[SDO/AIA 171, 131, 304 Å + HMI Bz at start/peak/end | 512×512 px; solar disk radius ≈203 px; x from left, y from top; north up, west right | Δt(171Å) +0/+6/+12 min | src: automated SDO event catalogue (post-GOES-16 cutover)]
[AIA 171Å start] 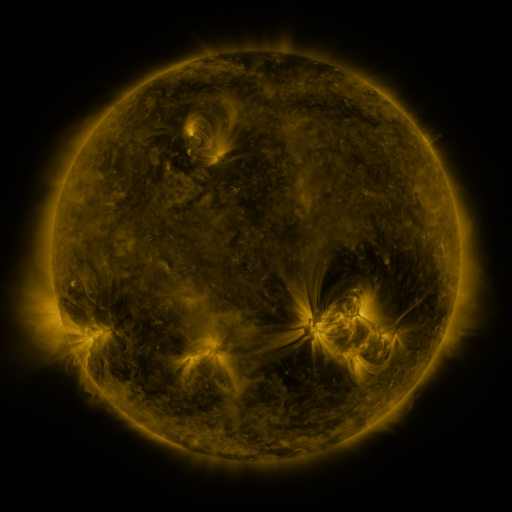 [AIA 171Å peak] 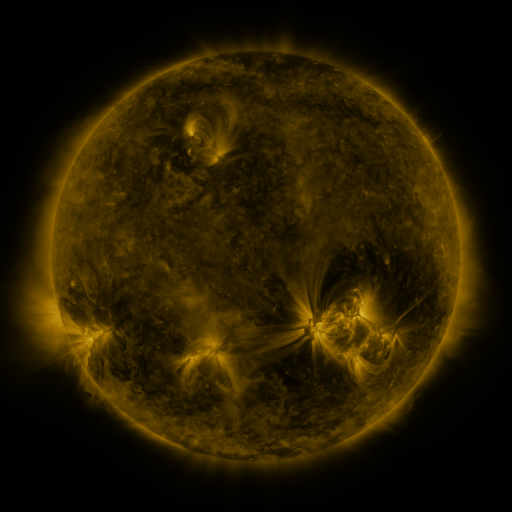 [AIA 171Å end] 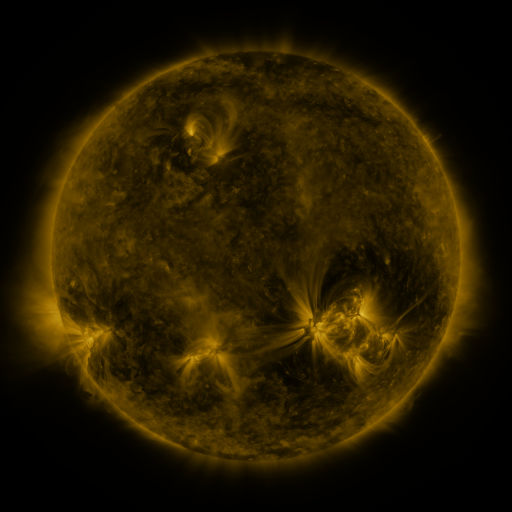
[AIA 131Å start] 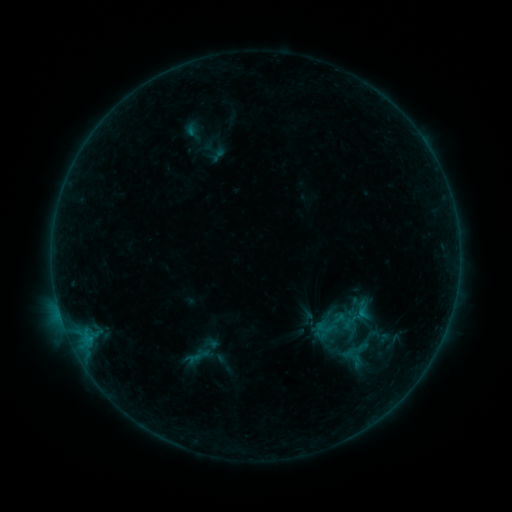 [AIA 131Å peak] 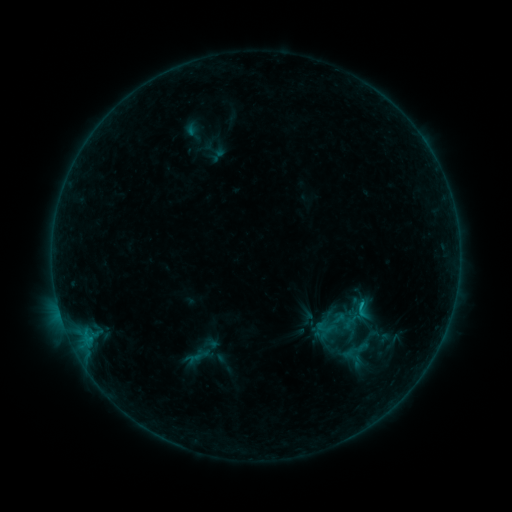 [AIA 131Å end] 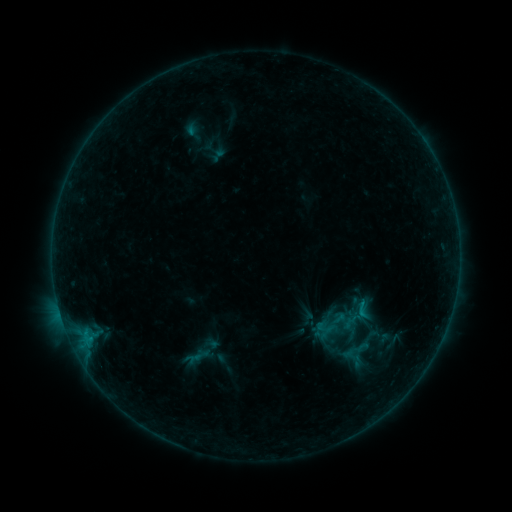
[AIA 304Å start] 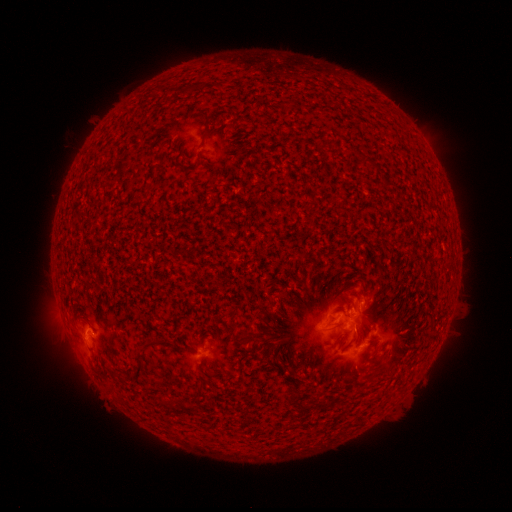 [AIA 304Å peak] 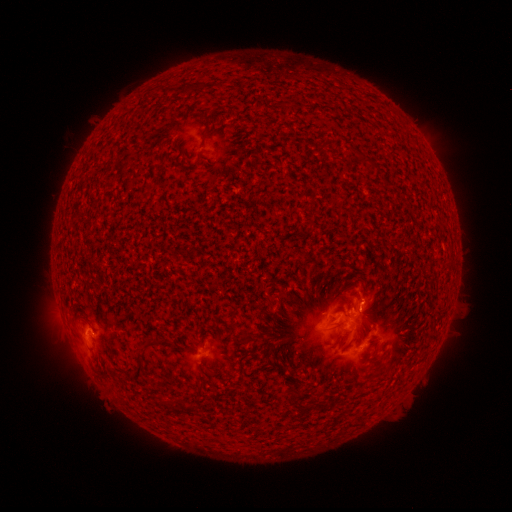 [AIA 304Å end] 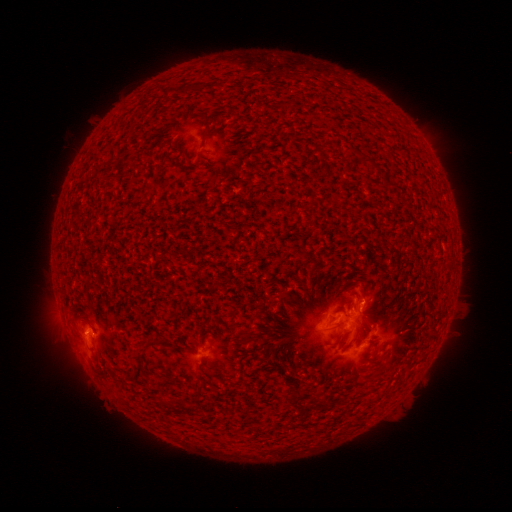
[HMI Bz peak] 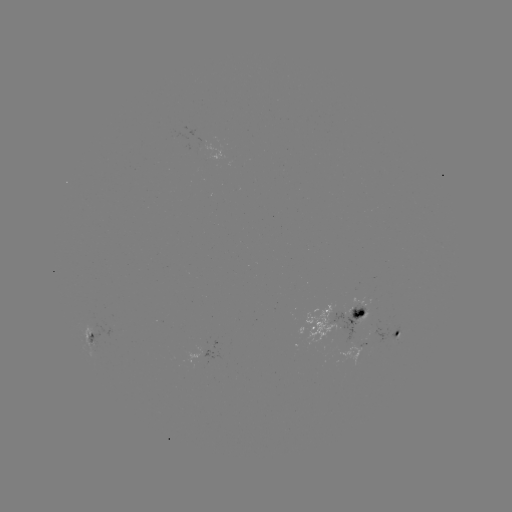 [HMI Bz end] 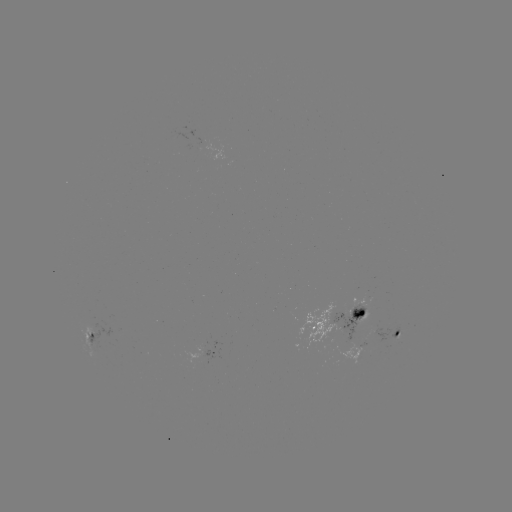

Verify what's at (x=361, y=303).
B6.4 flare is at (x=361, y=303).